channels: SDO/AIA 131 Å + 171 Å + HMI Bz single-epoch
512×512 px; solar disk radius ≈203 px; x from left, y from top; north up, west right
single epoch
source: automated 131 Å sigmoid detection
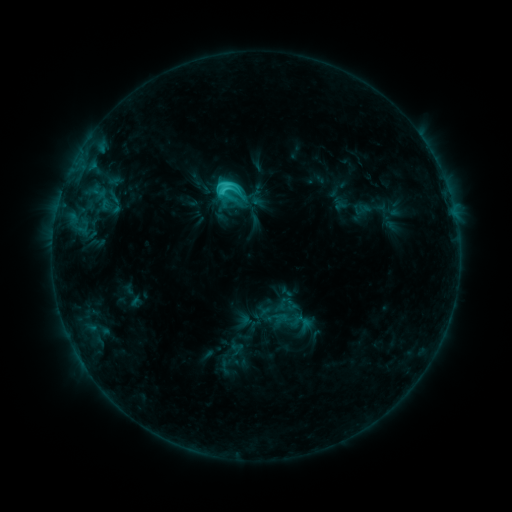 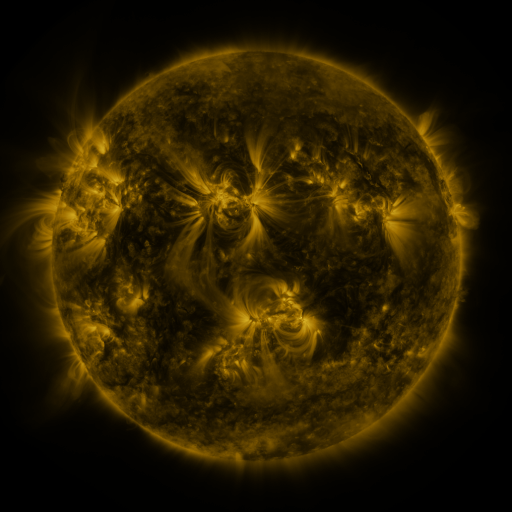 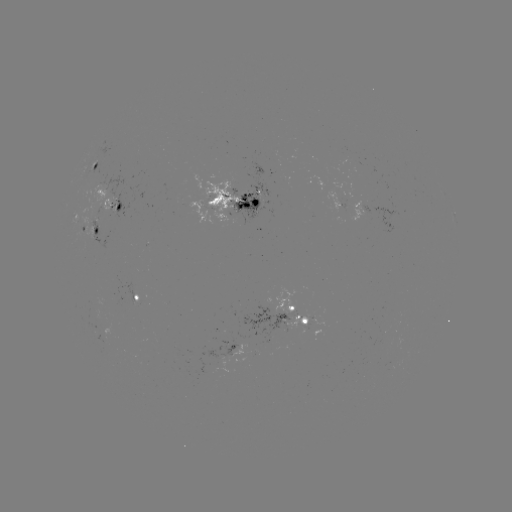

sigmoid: <bbox>214, 175, 242, 204</bbox>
